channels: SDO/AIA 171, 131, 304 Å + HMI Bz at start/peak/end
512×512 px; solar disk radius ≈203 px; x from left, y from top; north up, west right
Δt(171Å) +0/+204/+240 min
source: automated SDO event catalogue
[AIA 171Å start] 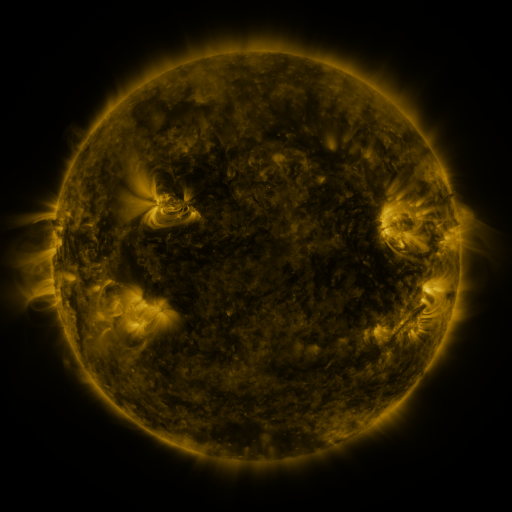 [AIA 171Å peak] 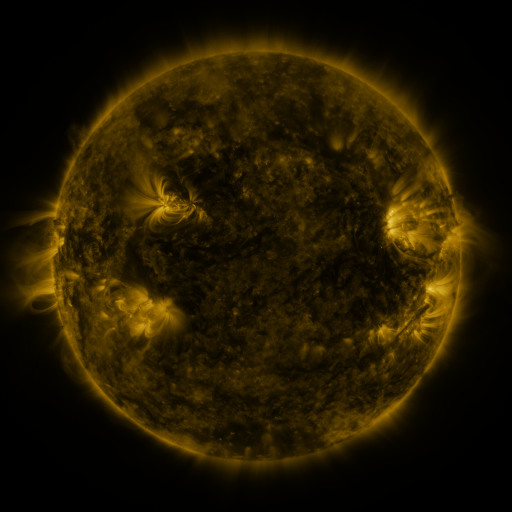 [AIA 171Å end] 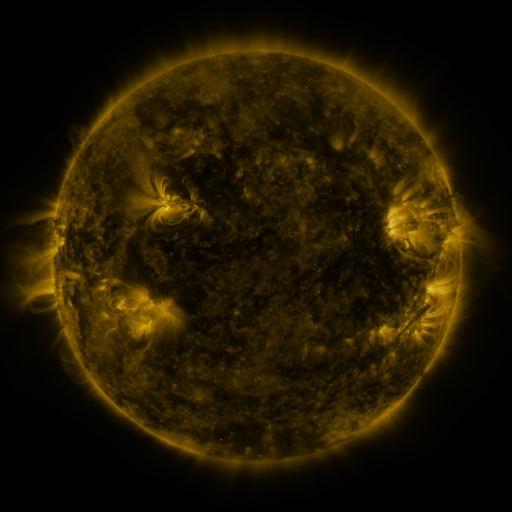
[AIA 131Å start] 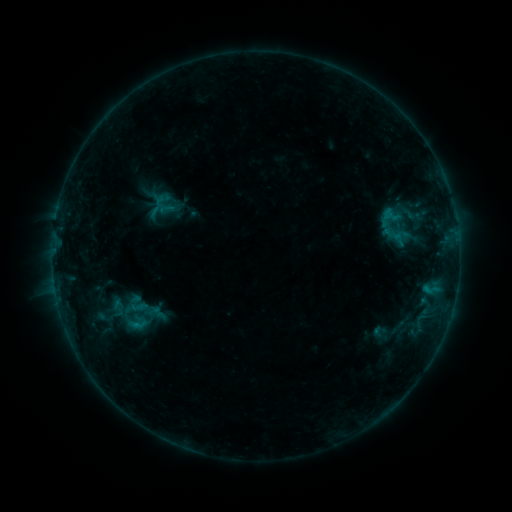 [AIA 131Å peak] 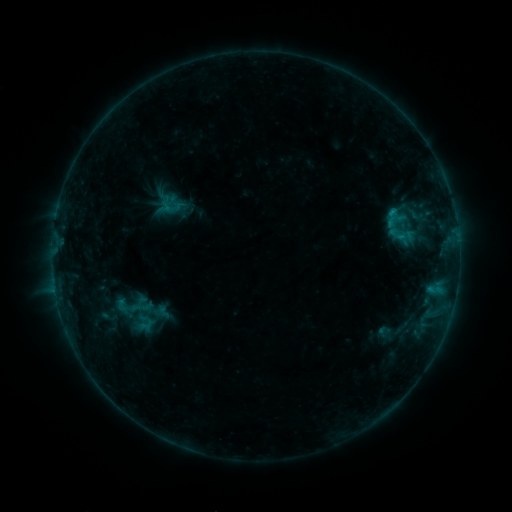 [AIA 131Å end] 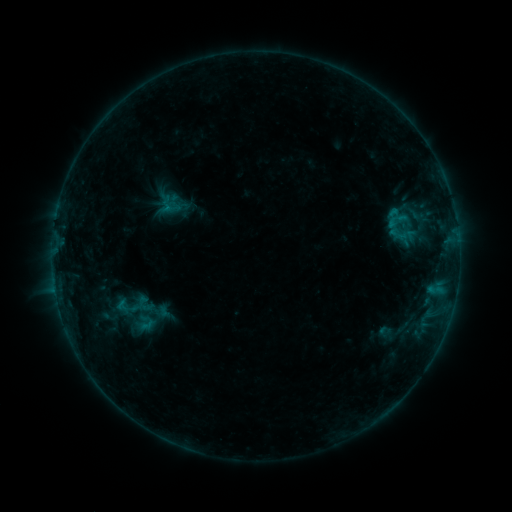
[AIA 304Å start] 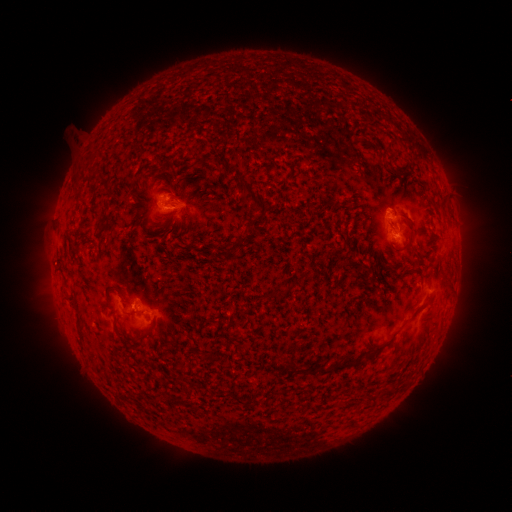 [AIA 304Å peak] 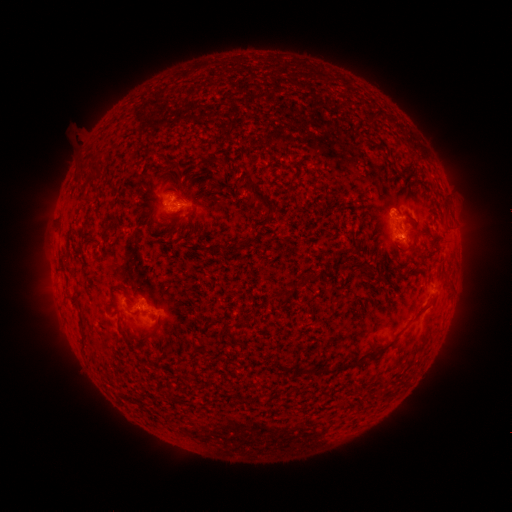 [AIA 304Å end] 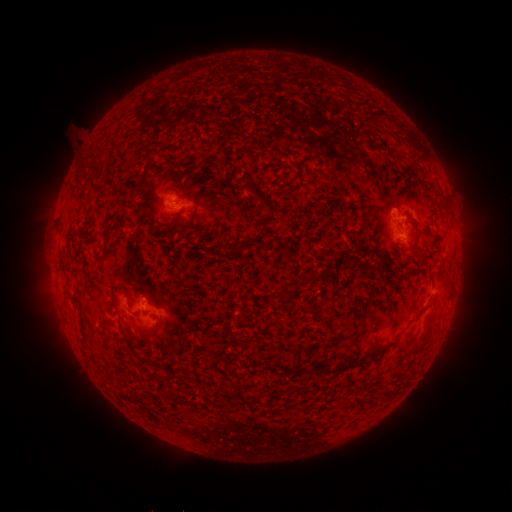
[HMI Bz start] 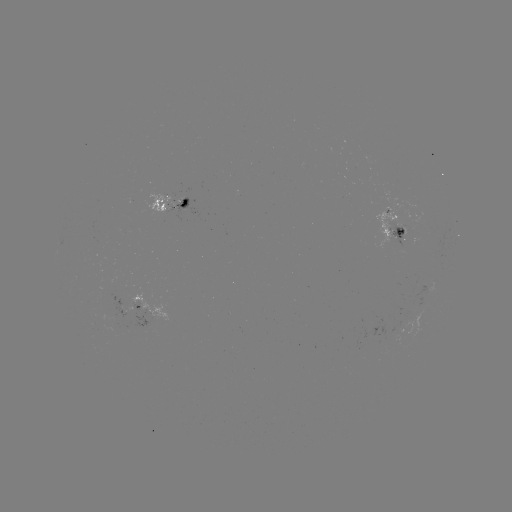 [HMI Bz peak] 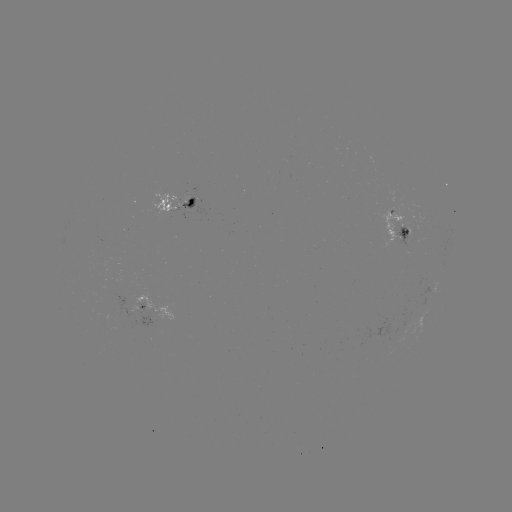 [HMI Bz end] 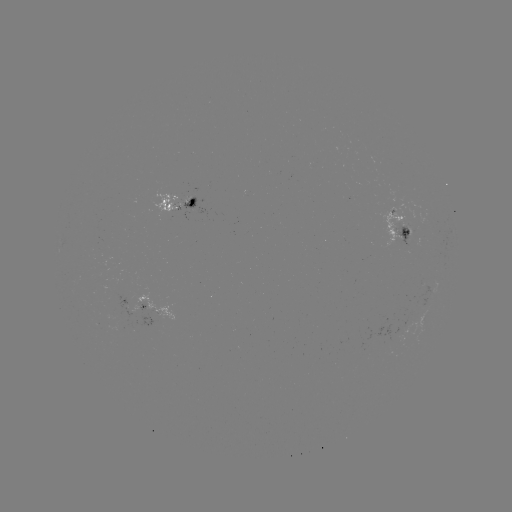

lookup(emerging-flux region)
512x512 (405, 232)